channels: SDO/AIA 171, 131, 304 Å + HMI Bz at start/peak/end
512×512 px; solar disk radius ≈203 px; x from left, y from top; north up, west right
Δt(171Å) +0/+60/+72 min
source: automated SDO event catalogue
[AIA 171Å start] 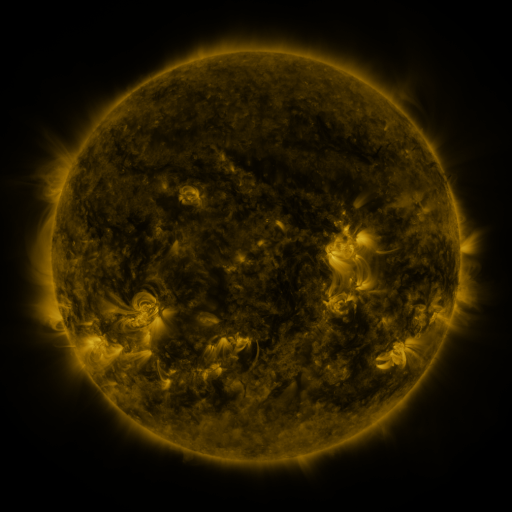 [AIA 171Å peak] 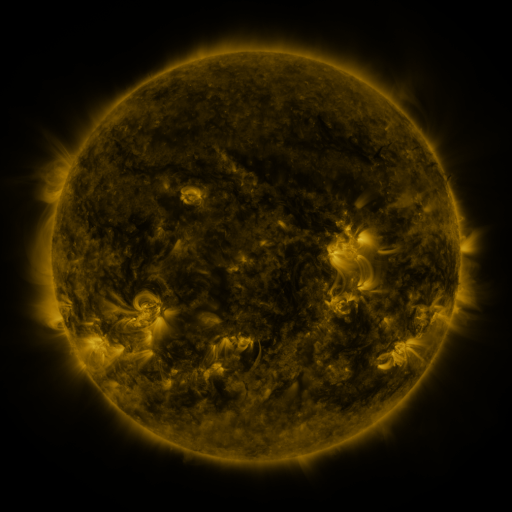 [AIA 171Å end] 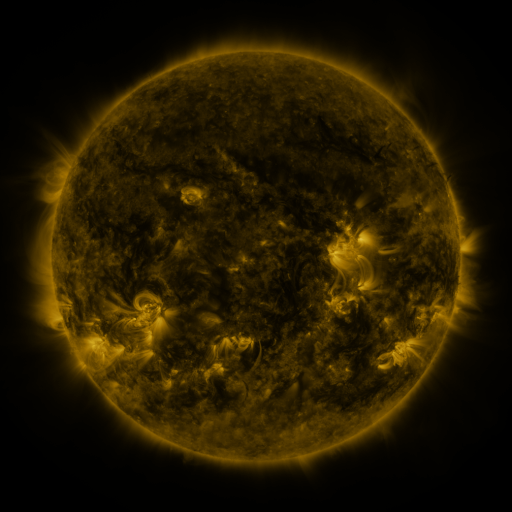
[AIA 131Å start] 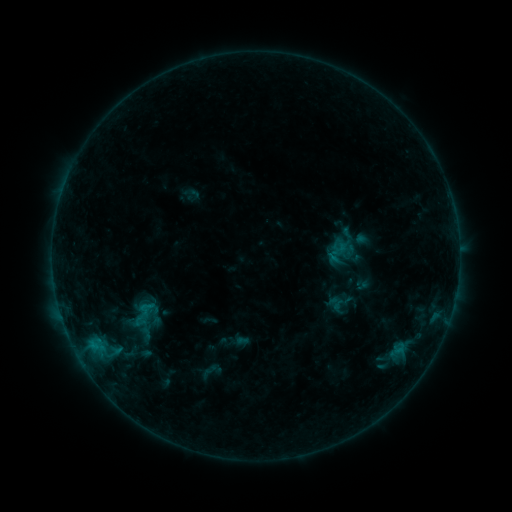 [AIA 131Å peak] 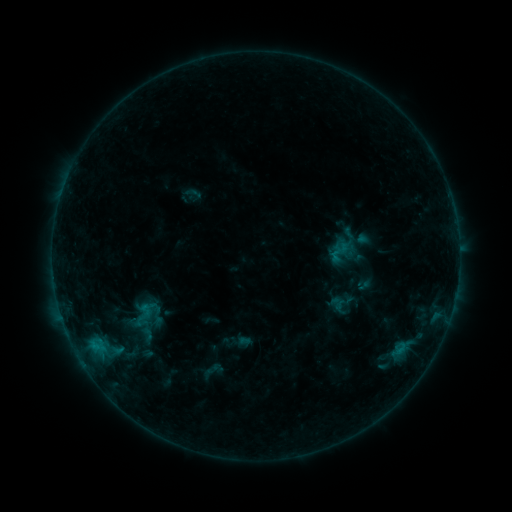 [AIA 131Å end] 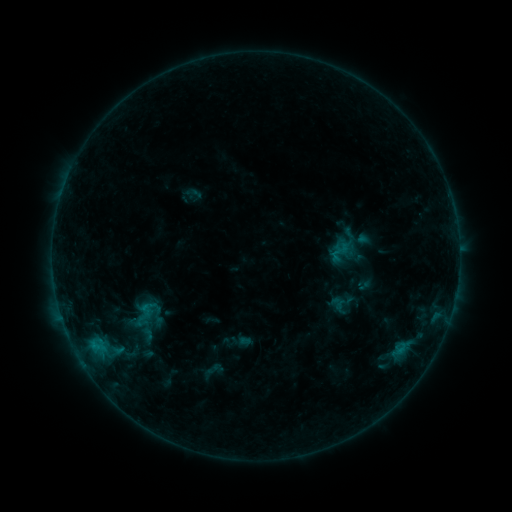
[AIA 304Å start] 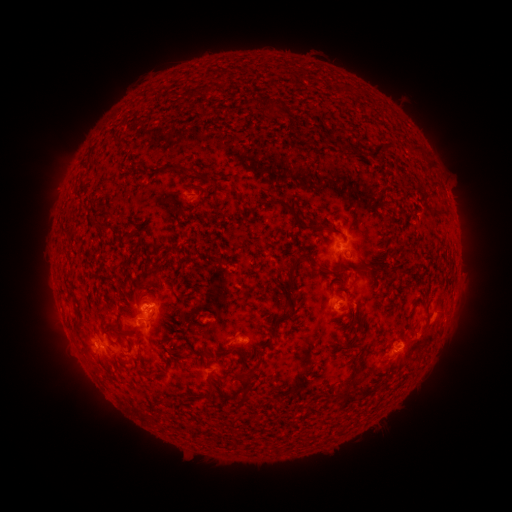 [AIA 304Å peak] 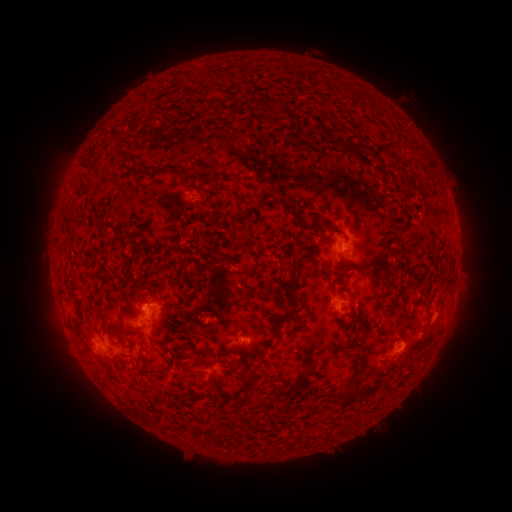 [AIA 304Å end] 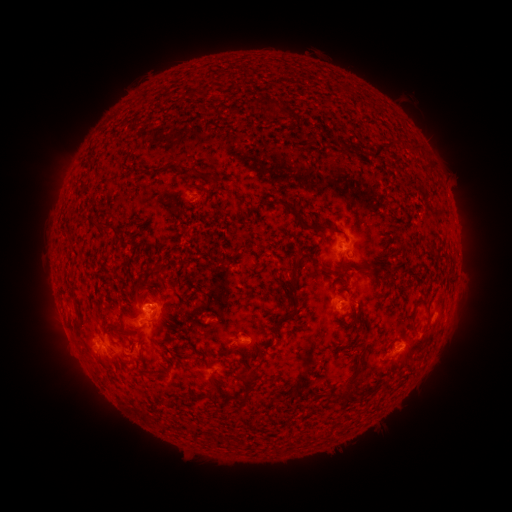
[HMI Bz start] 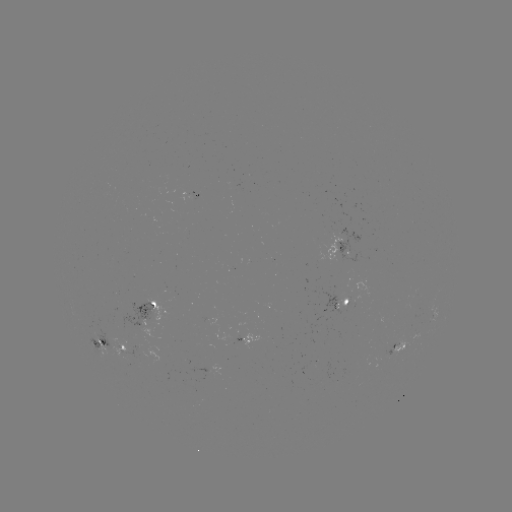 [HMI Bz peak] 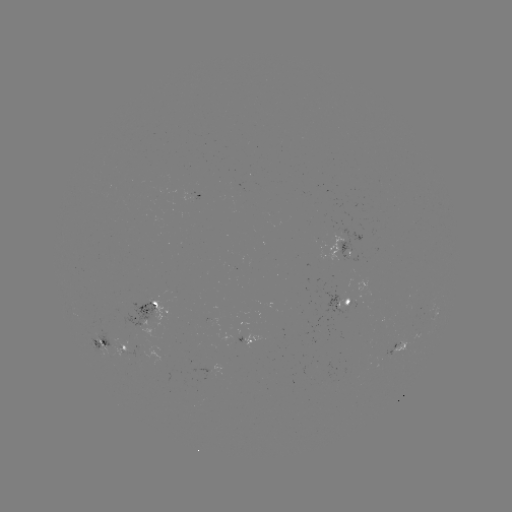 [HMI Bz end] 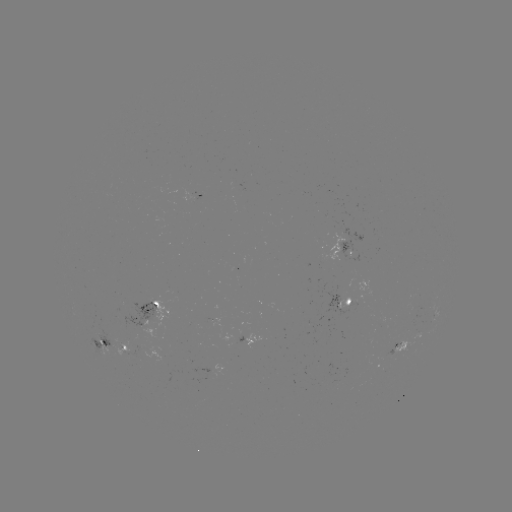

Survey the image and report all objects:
emerging-flux region: (399, 340)
